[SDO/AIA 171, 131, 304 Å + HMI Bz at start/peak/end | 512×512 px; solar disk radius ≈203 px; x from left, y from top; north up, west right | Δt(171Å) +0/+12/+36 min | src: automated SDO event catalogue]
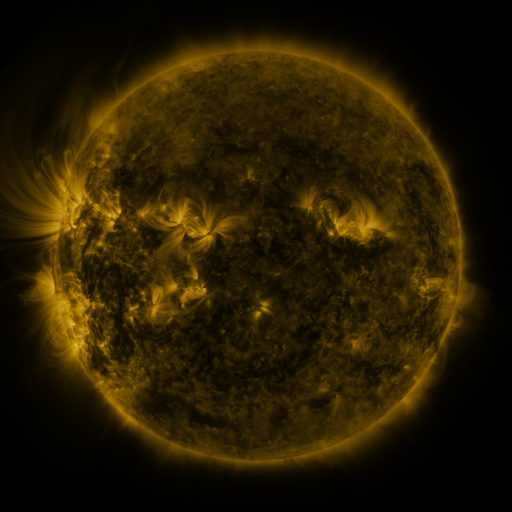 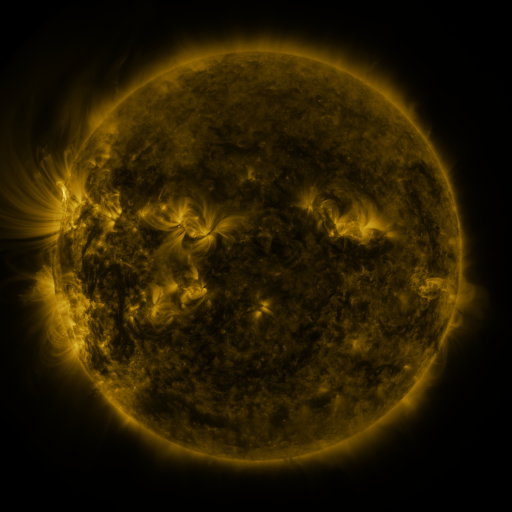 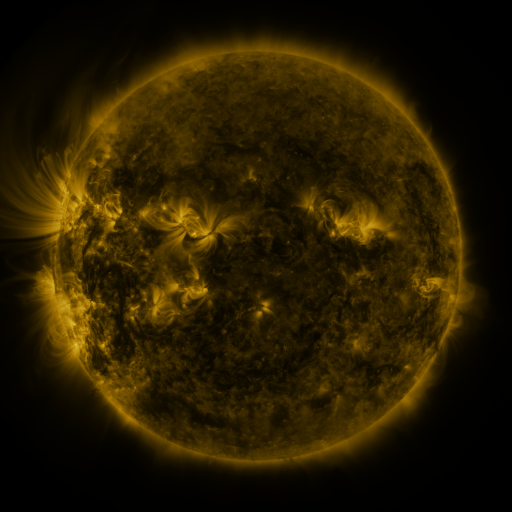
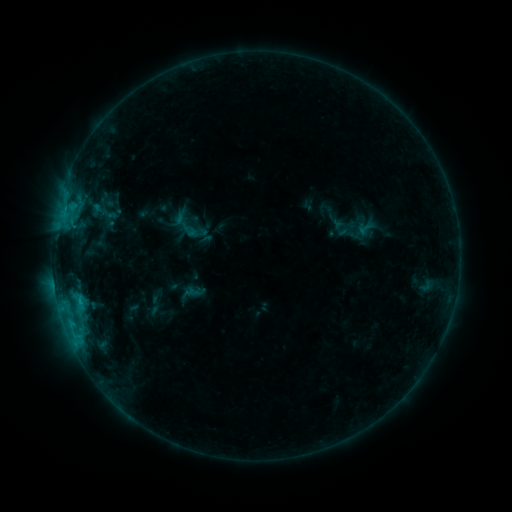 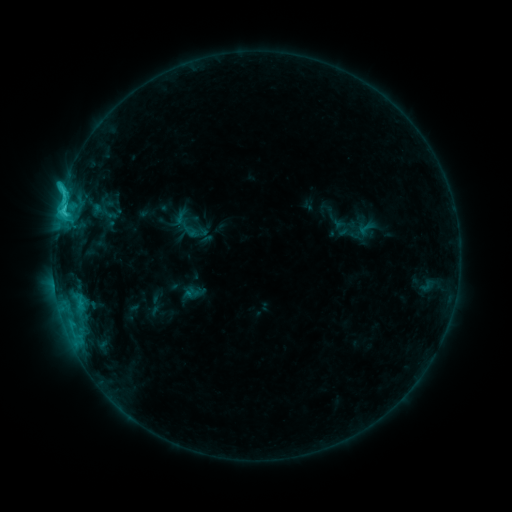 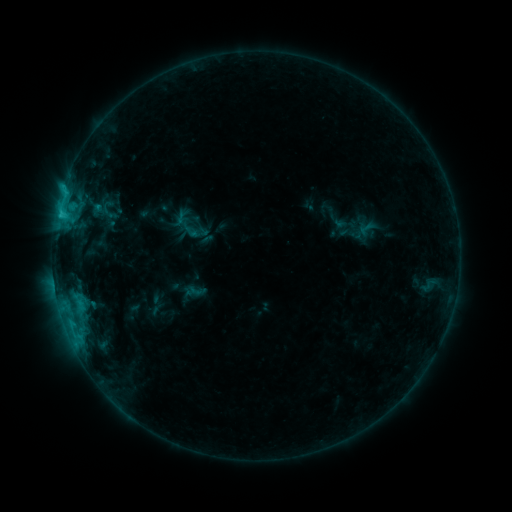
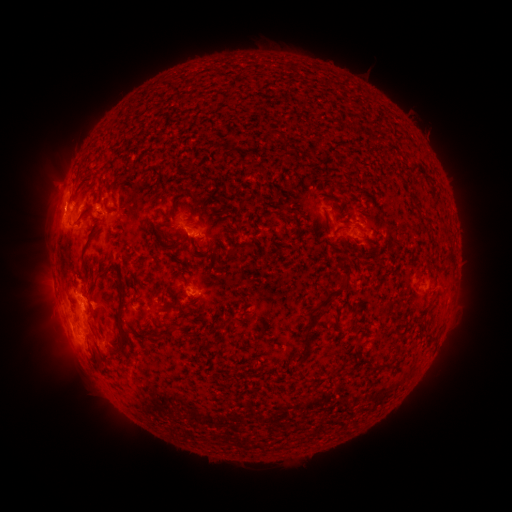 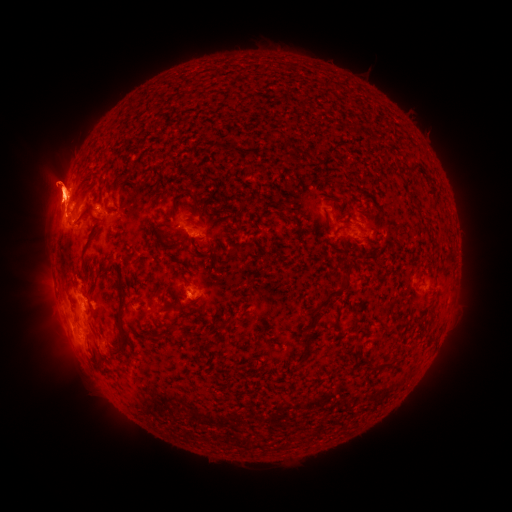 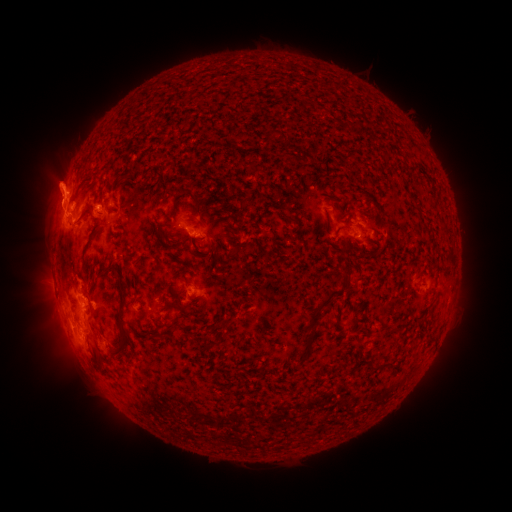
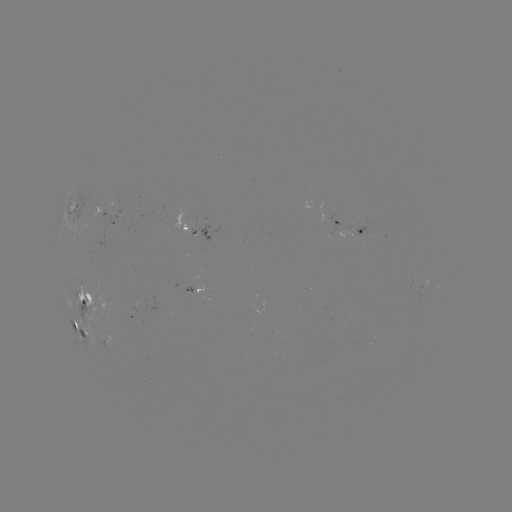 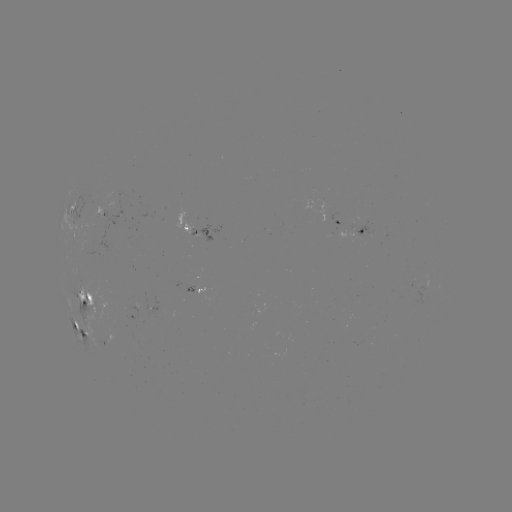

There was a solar flare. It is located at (64, 209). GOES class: C3.4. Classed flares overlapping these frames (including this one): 1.